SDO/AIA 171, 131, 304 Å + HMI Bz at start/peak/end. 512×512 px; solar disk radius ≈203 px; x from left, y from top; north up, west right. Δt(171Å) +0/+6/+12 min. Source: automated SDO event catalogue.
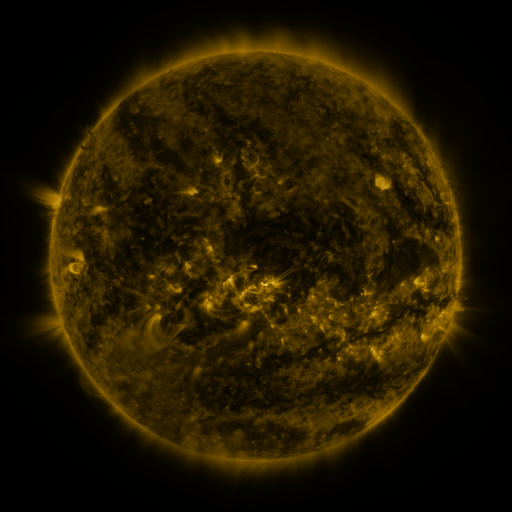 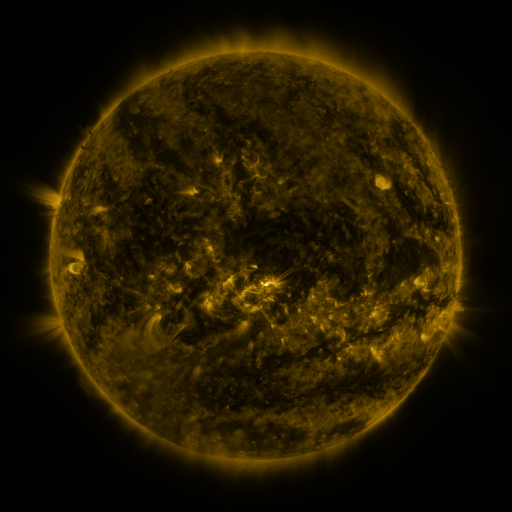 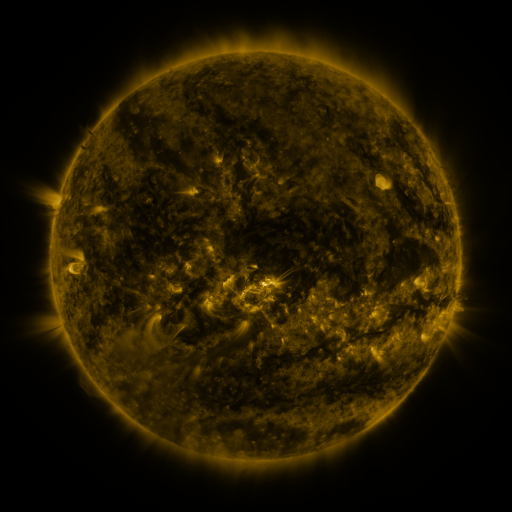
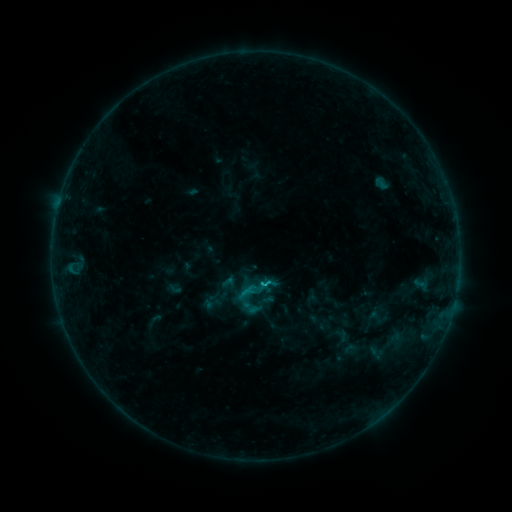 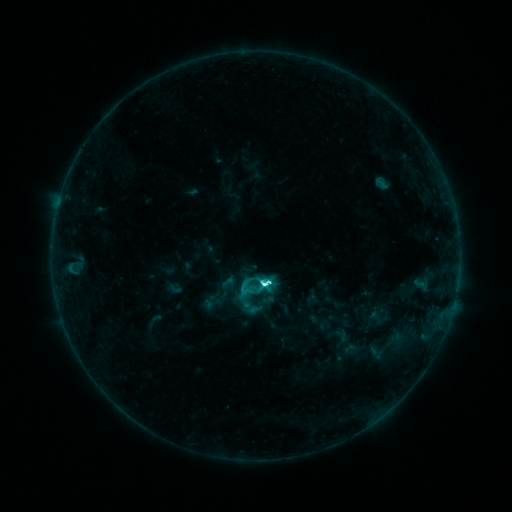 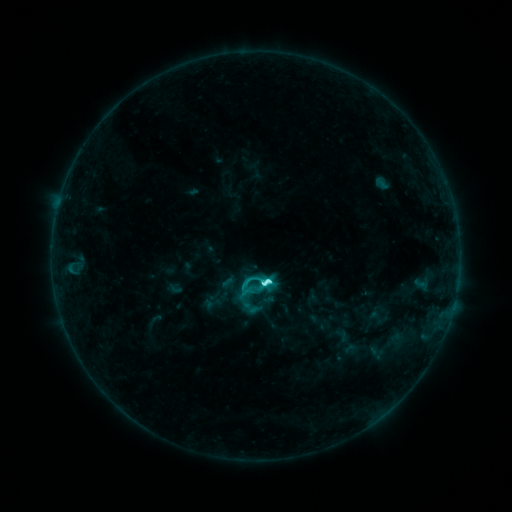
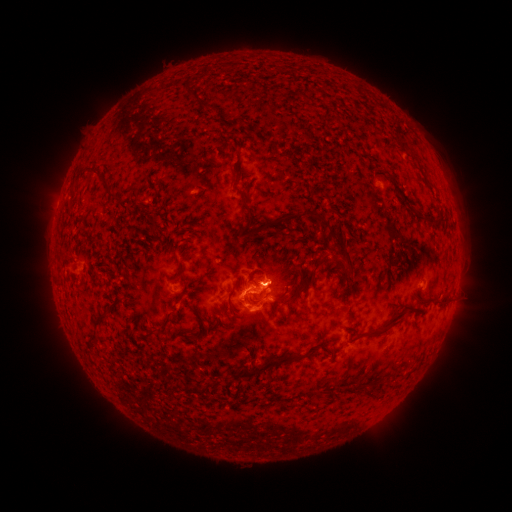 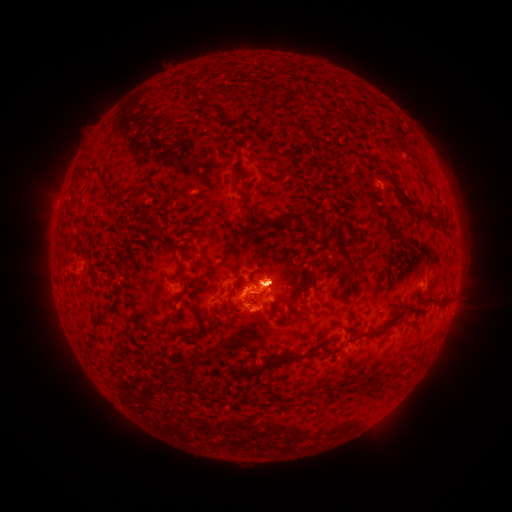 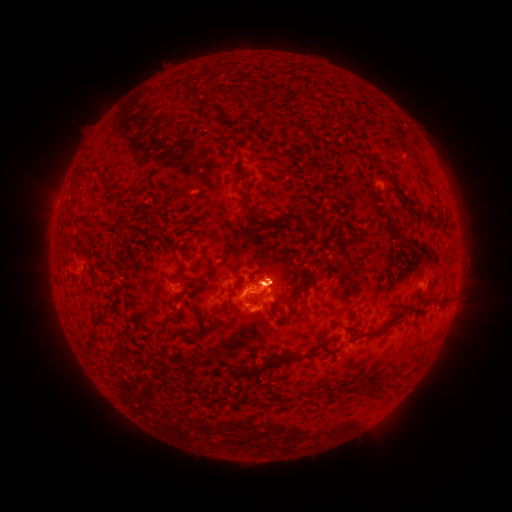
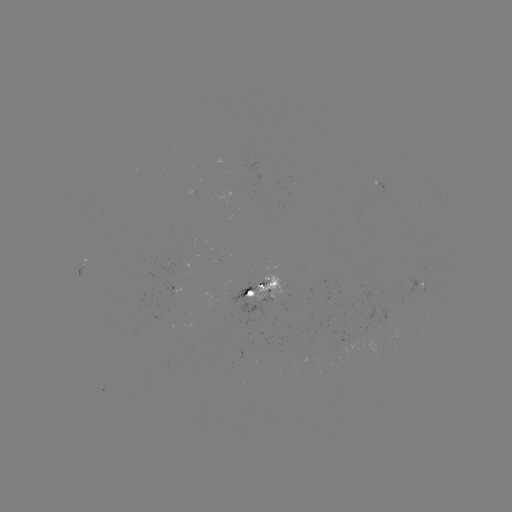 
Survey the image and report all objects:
eruption: (284, 279)
